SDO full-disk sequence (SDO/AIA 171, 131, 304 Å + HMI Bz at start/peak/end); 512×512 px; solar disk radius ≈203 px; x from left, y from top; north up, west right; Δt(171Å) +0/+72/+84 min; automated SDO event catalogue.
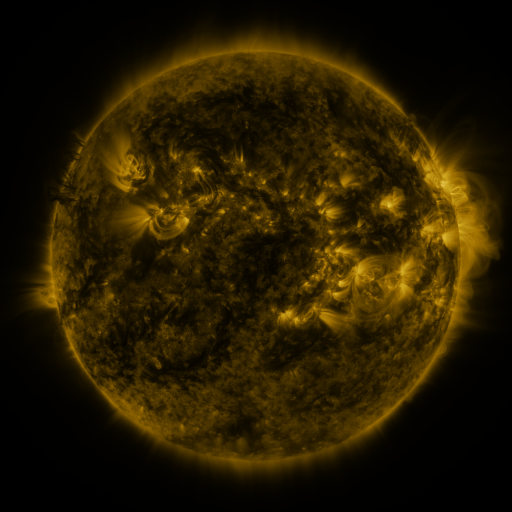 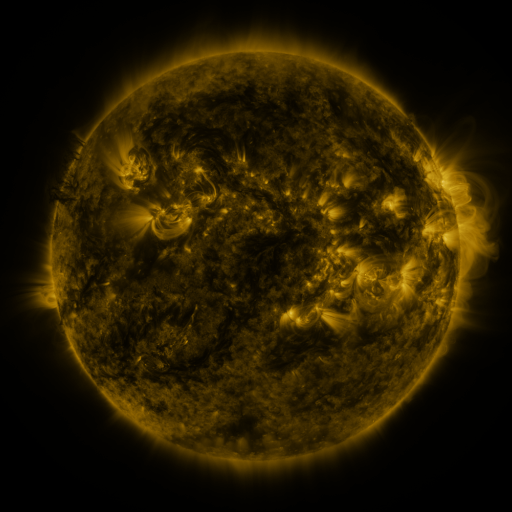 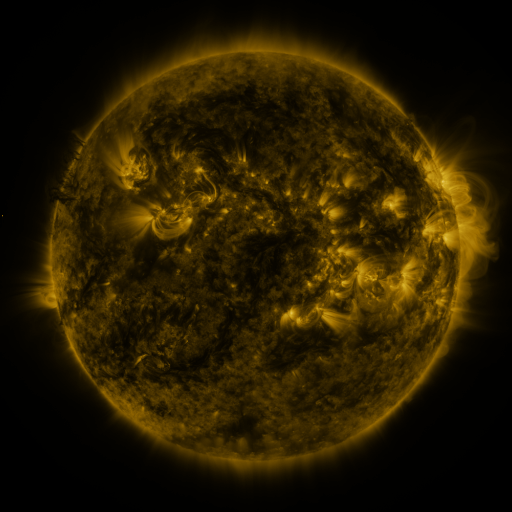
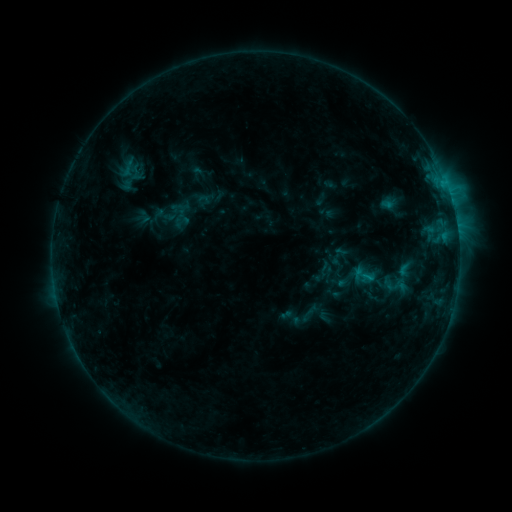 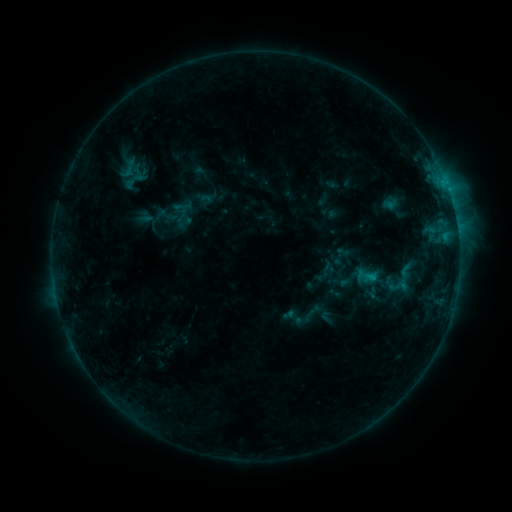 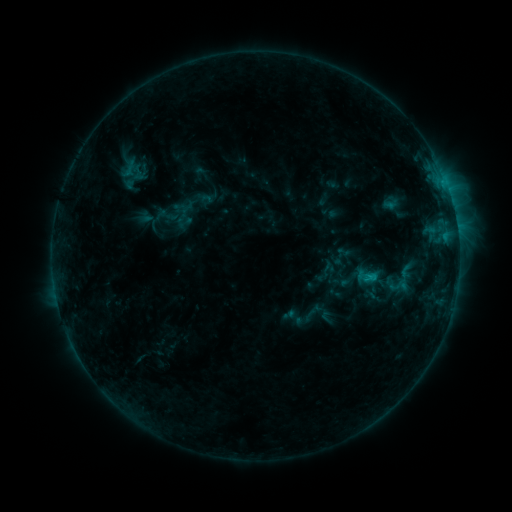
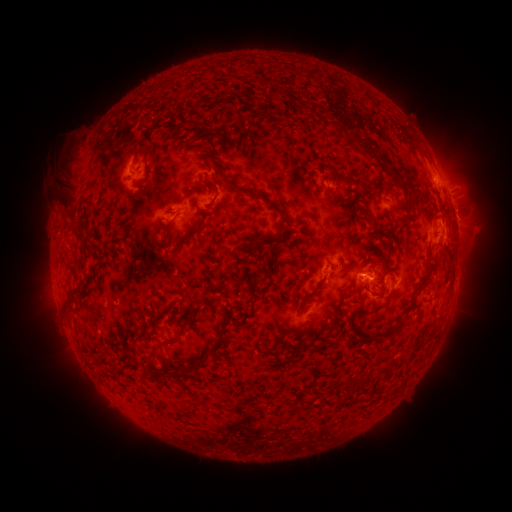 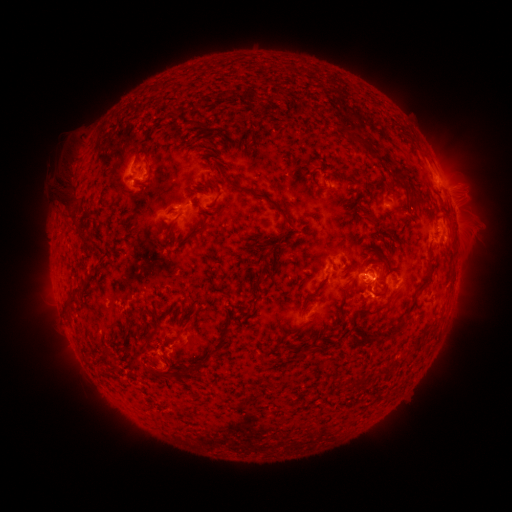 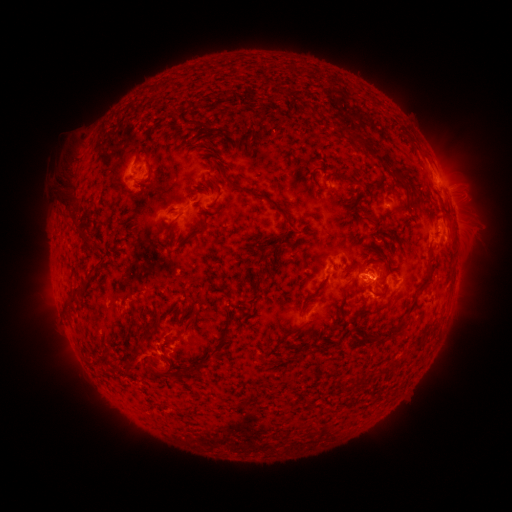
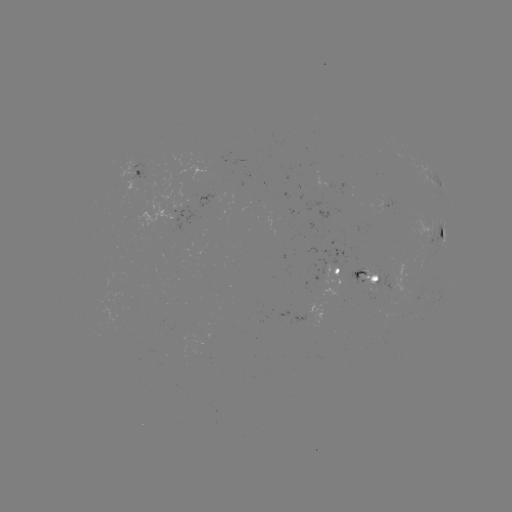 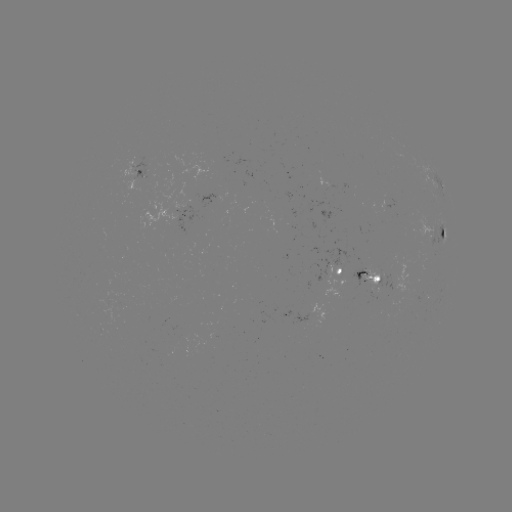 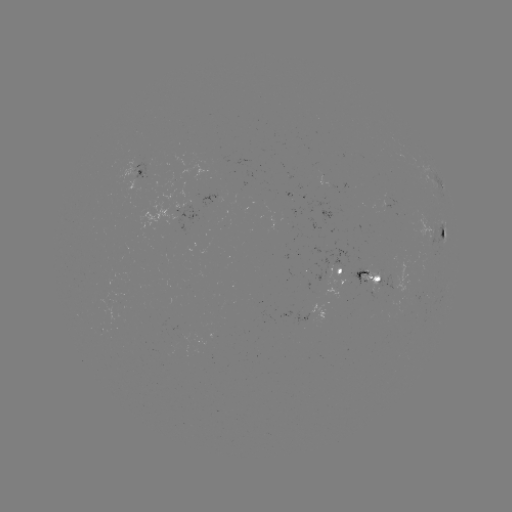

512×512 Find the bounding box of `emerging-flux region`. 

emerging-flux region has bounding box [333, 265, 343, 277].